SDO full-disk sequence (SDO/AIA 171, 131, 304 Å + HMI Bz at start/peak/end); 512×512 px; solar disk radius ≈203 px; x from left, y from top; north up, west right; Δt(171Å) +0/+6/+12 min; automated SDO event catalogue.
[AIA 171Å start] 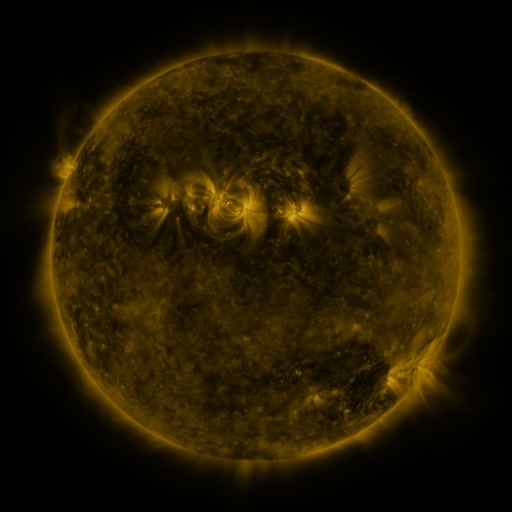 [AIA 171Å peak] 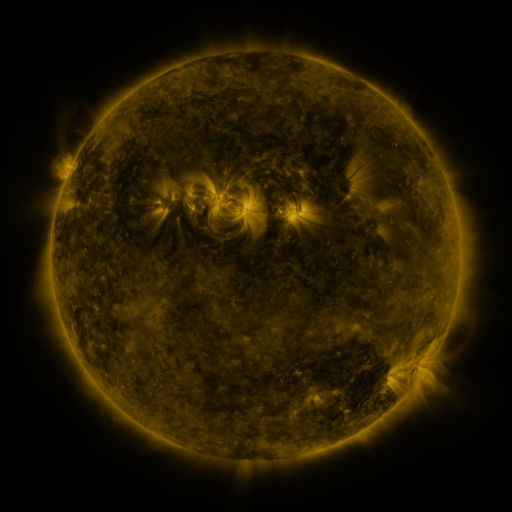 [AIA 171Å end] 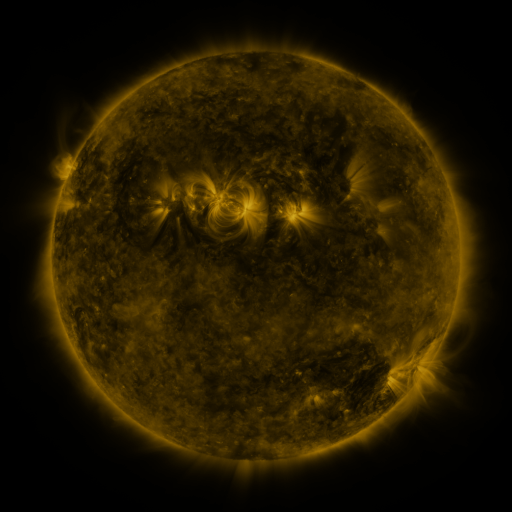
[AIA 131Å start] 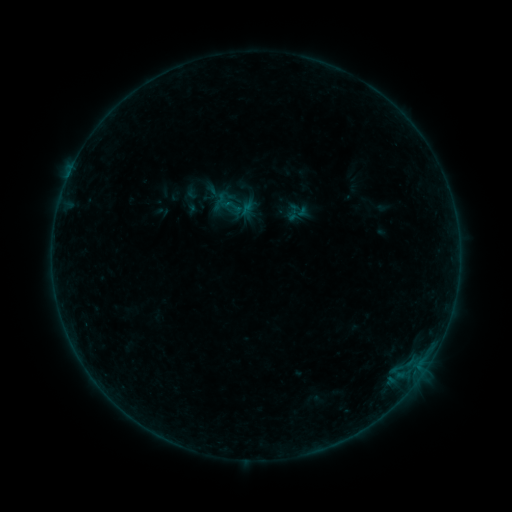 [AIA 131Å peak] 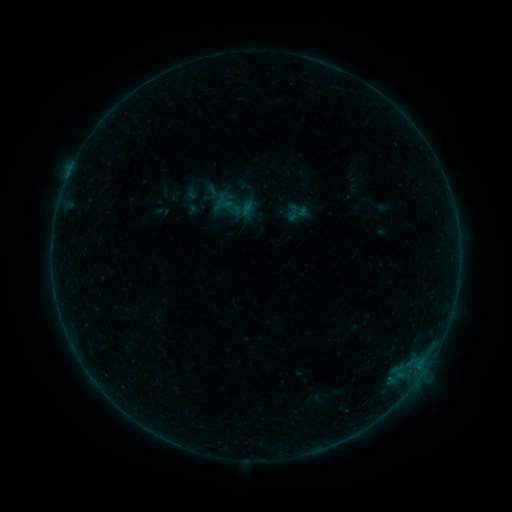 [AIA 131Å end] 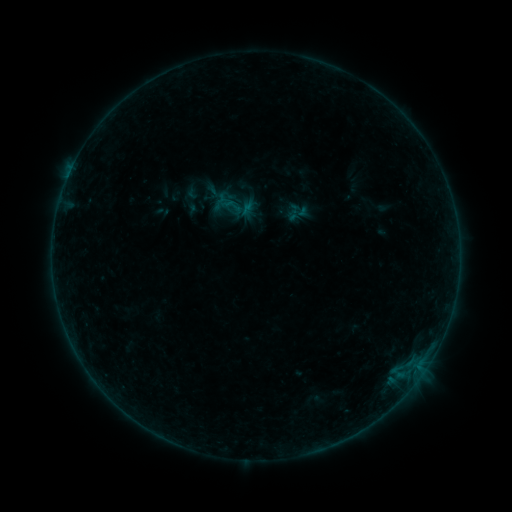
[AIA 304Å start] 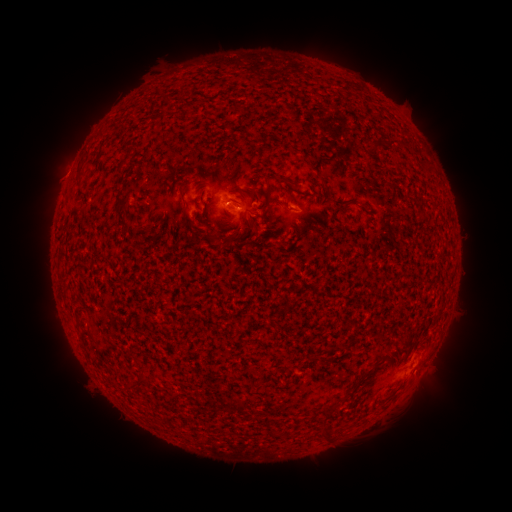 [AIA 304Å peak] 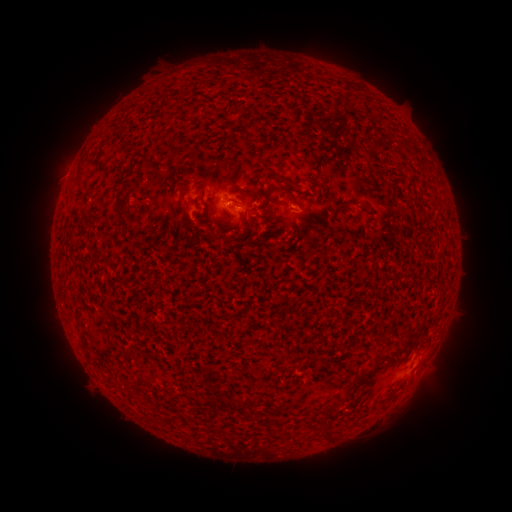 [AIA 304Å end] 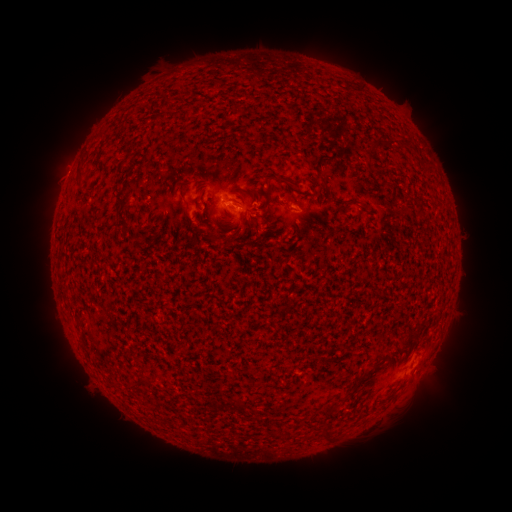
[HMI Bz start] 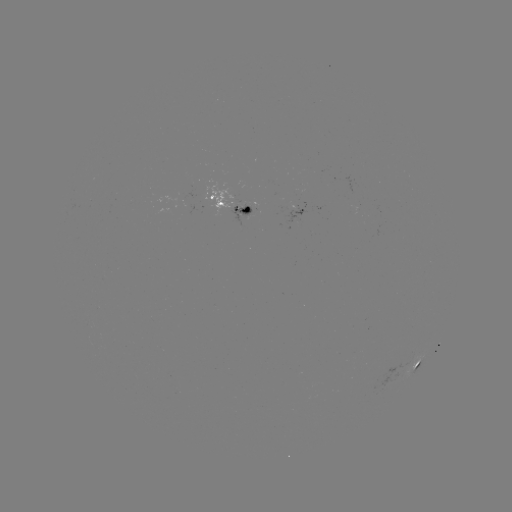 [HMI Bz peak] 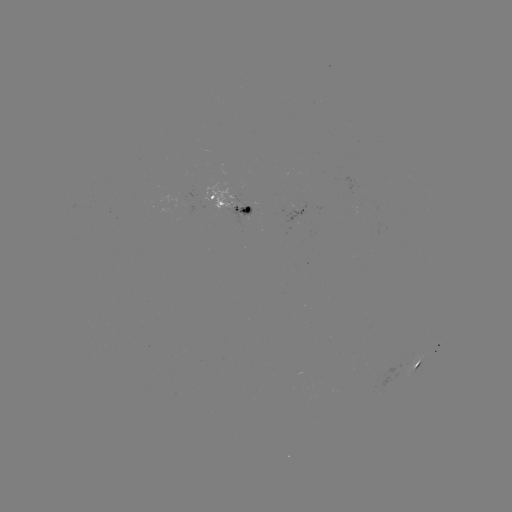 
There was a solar flare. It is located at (229, 205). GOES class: B1.6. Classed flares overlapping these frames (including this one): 1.